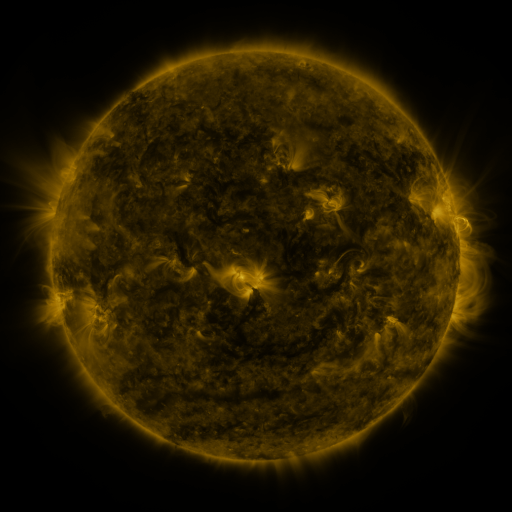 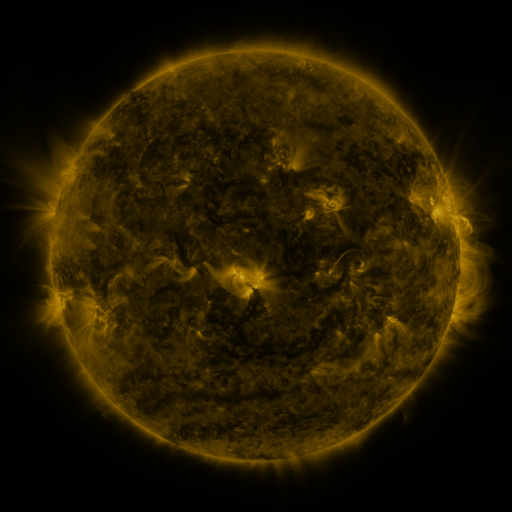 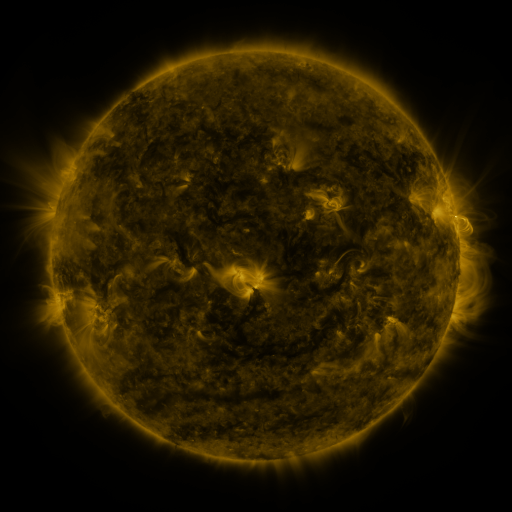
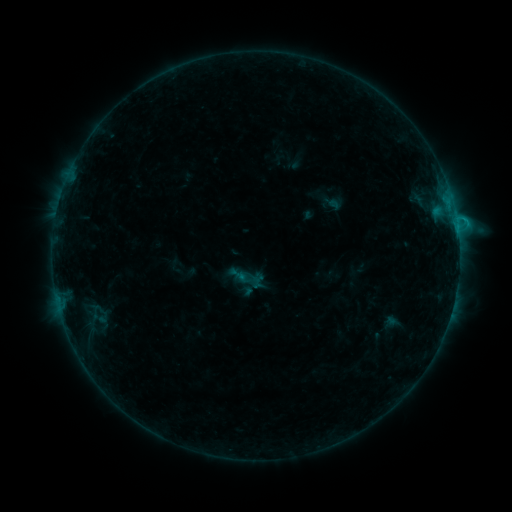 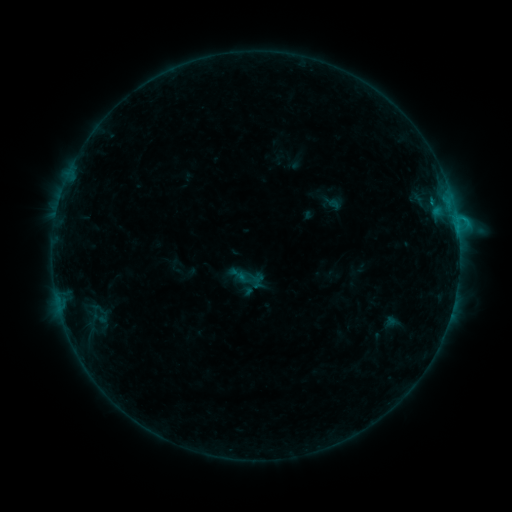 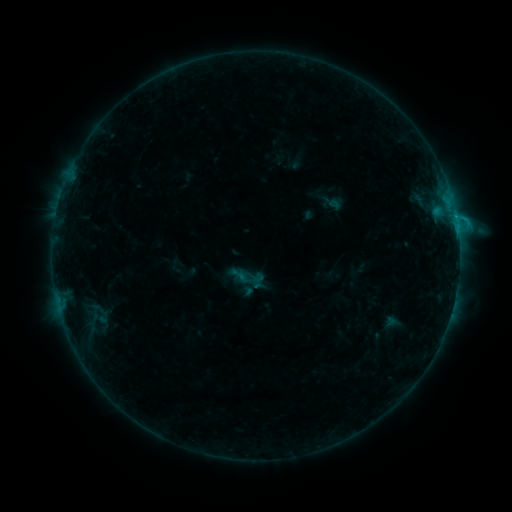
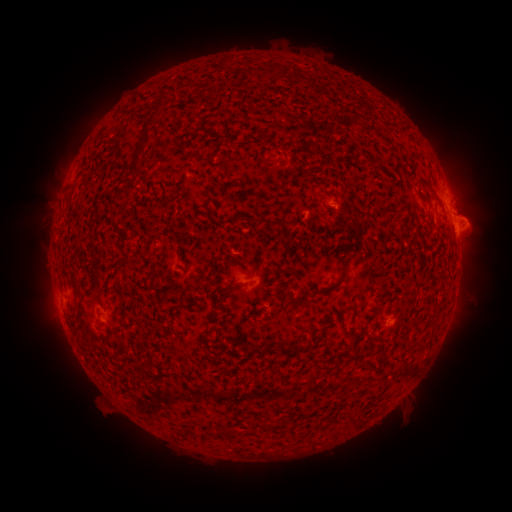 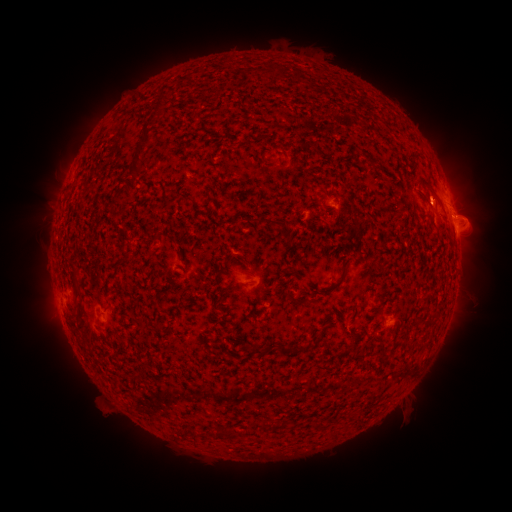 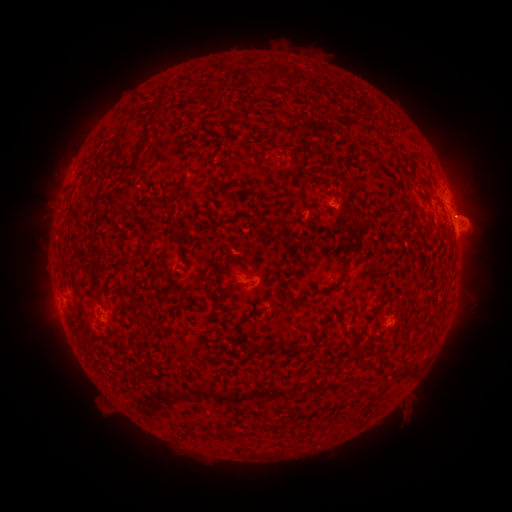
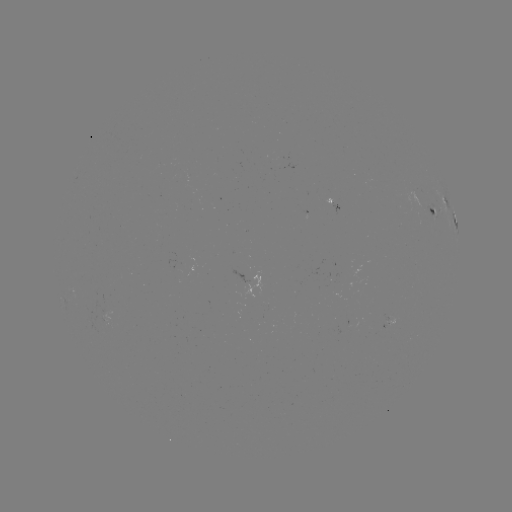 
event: eruption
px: (431, 195)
